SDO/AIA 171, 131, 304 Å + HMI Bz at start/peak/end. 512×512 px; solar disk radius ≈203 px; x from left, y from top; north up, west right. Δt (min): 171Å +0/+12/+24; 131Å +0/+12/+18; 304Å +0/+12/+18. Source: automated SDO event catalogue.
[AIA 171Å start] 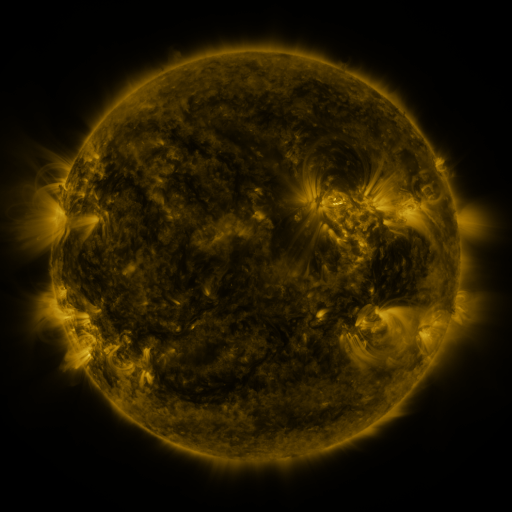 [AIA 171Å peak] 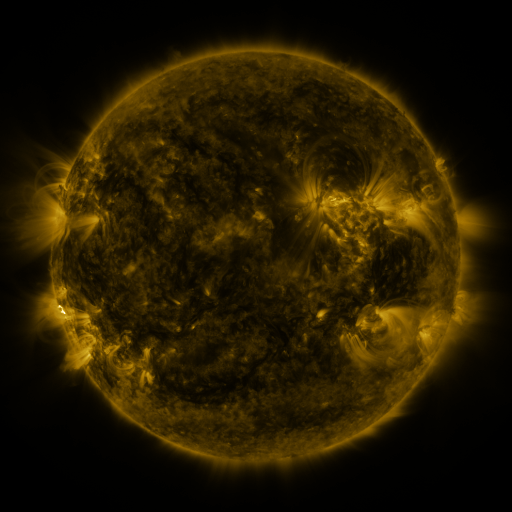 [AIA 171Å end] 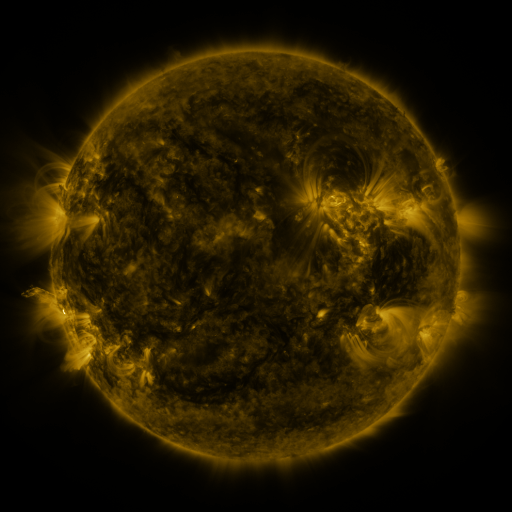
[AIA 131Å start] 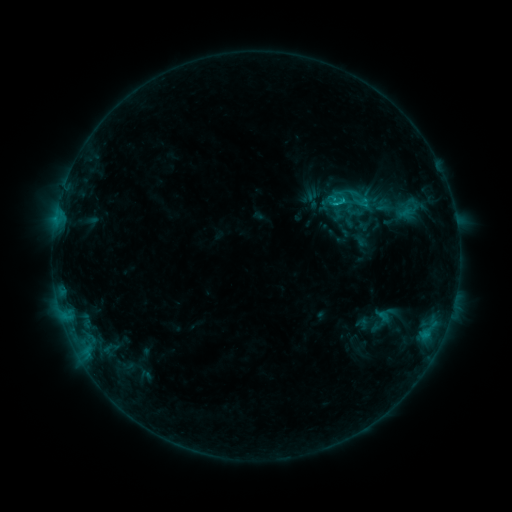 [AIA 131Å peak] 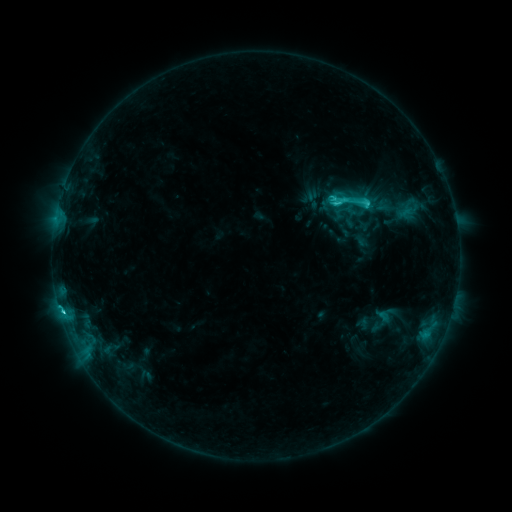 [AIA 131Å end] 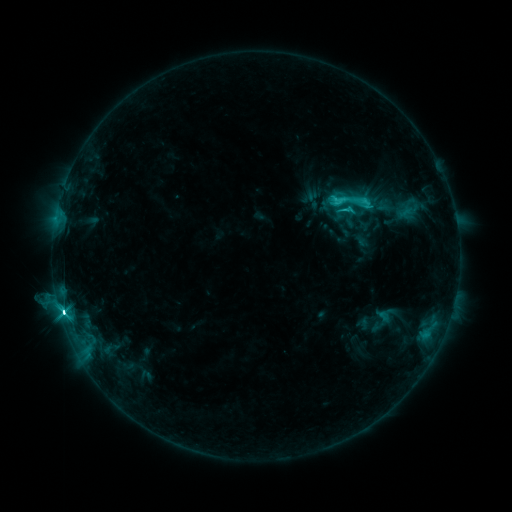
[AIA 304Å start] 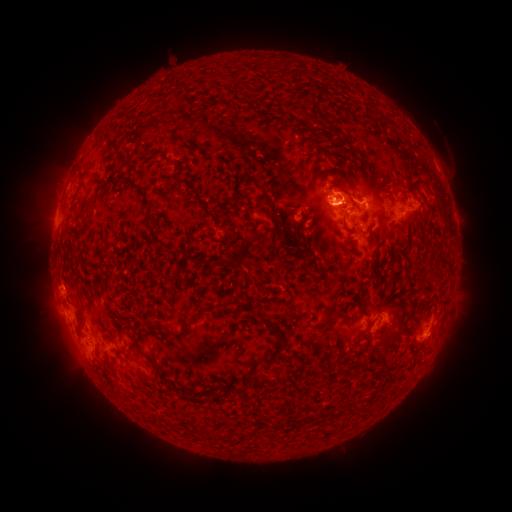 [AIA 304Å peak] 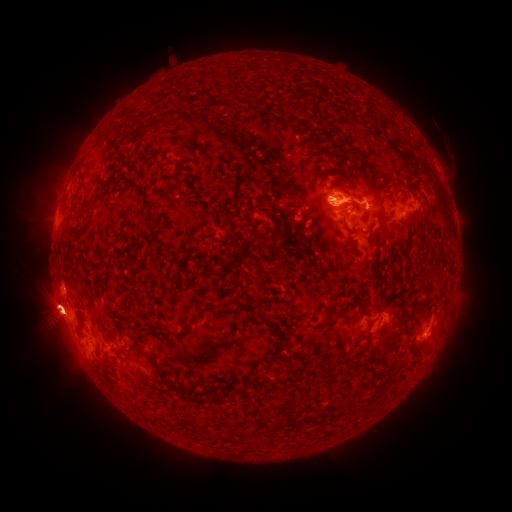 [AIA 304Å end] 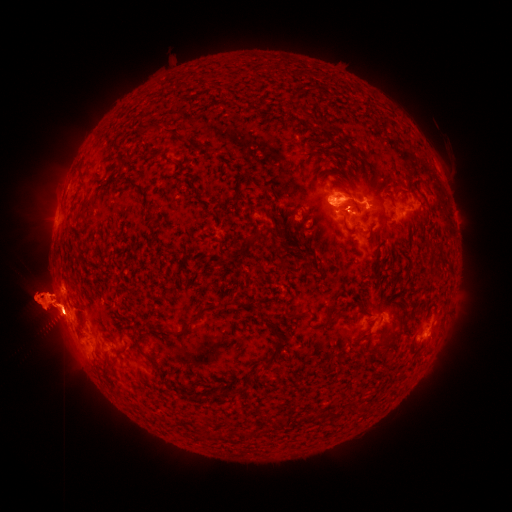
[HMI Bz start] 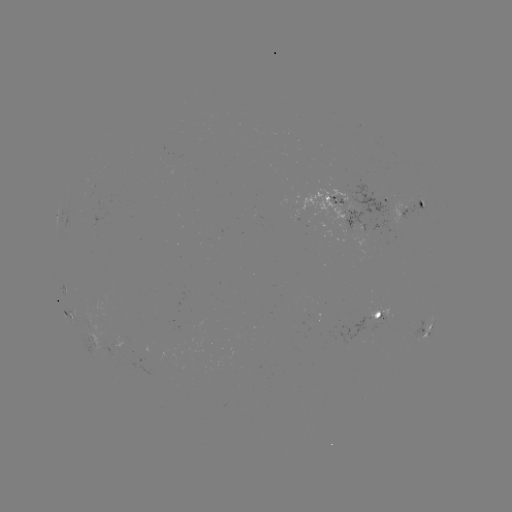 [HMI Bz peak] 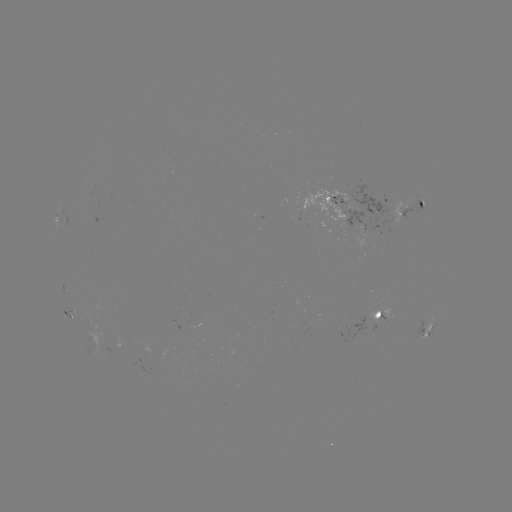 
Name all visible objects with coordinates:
M1.9 flare: (62, 308)
